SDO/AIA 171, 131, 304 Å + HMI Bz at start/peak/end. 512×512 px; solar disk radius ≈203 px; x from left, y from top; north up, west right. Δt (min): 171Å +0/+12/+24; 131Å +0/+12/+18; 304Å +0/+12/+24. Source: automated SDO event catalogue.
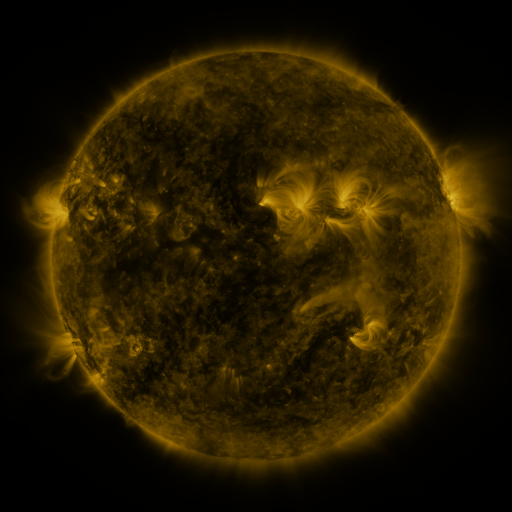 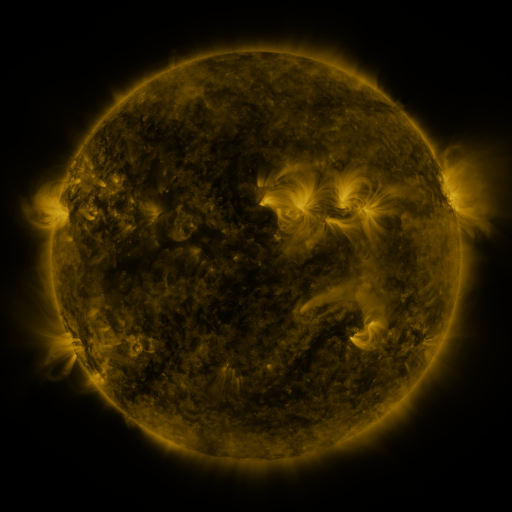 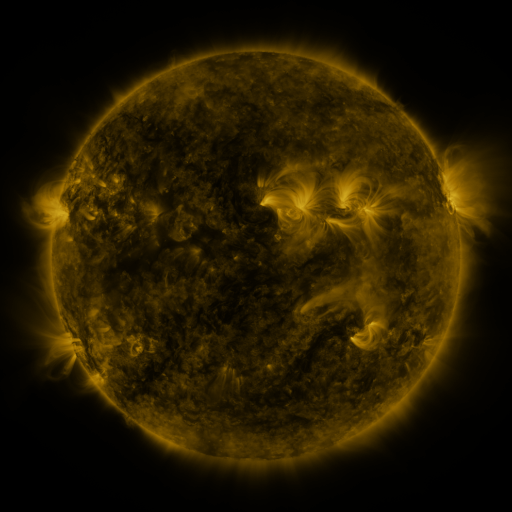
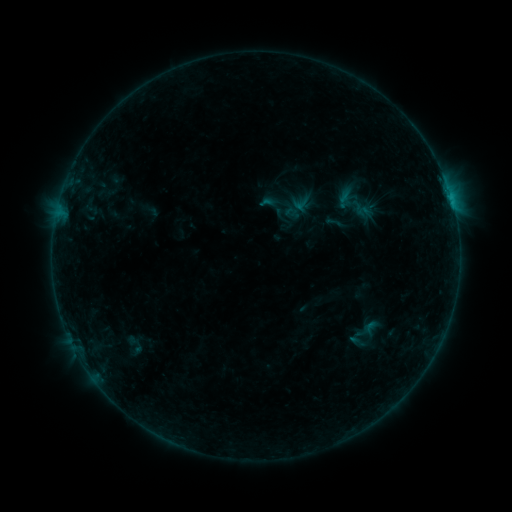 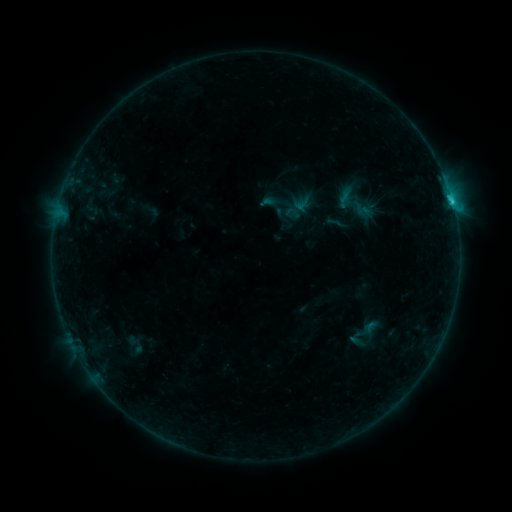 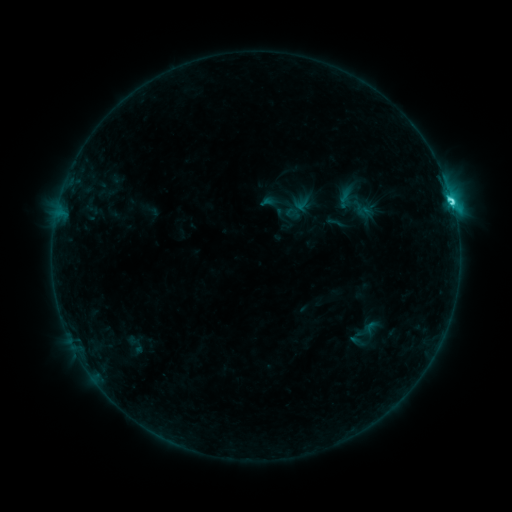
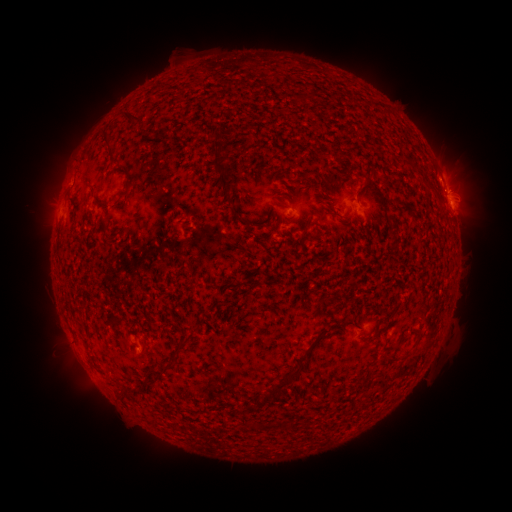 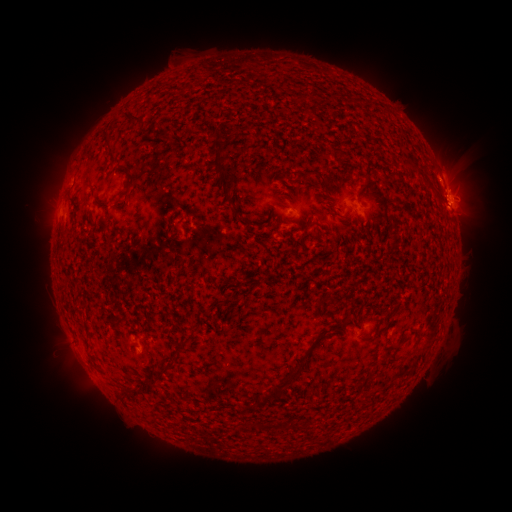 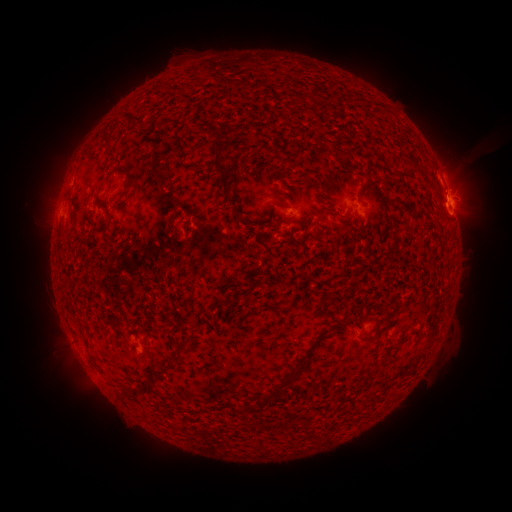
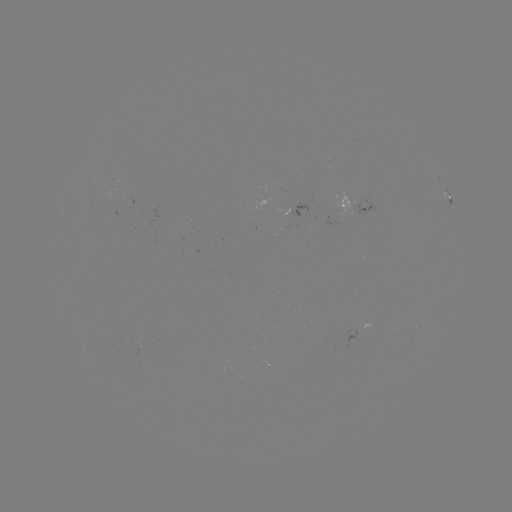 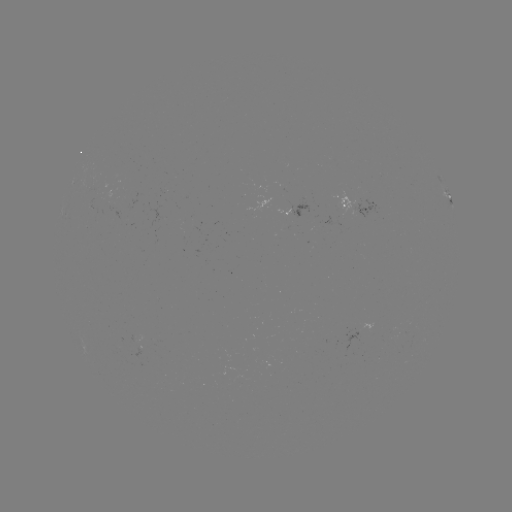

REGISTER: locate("C6.1 flare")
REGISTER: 452,204